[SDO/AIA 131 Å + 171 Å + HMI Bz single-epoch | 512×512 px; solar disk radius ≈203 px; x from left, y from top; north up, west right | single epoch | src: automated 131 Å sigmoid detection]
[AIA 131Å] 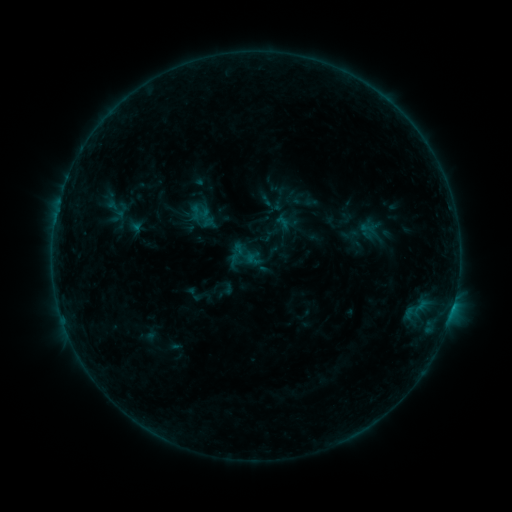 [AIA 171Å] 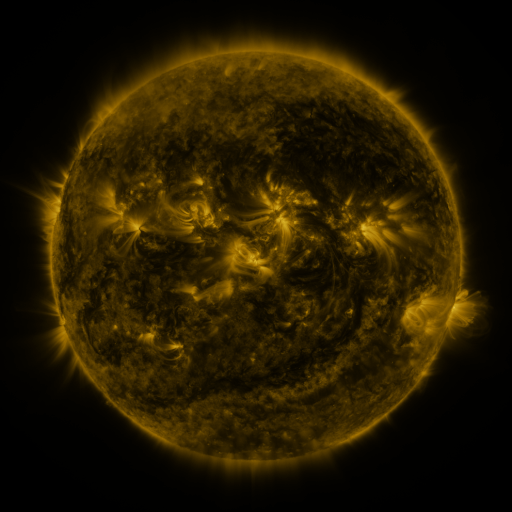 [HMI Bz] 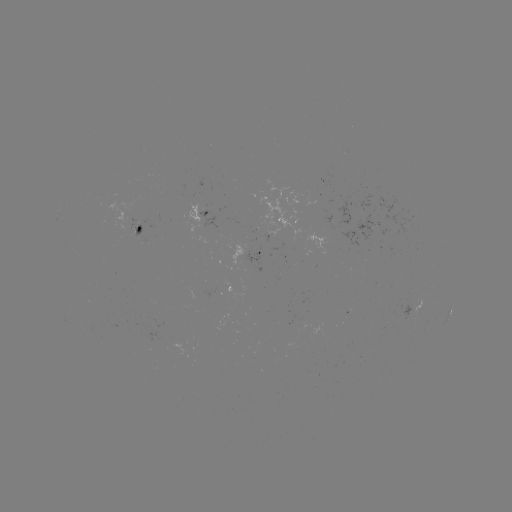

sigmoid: (223, 241, 249, 268)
